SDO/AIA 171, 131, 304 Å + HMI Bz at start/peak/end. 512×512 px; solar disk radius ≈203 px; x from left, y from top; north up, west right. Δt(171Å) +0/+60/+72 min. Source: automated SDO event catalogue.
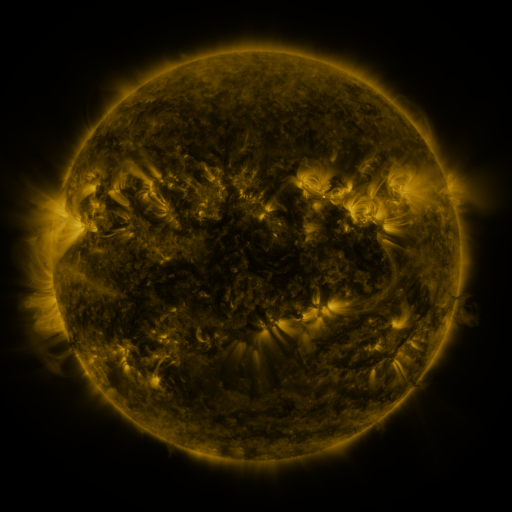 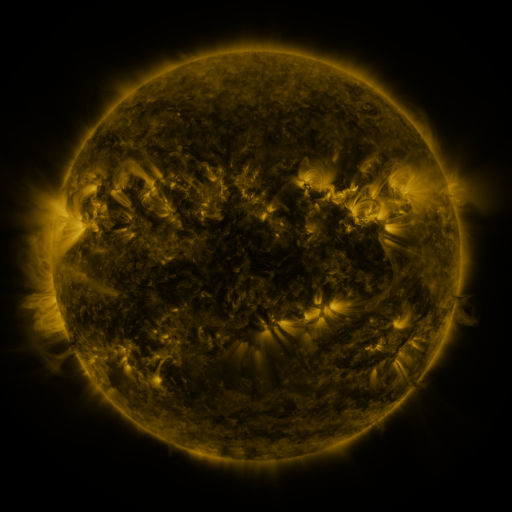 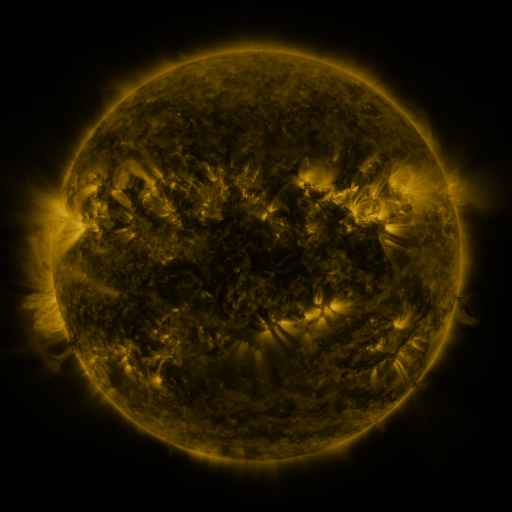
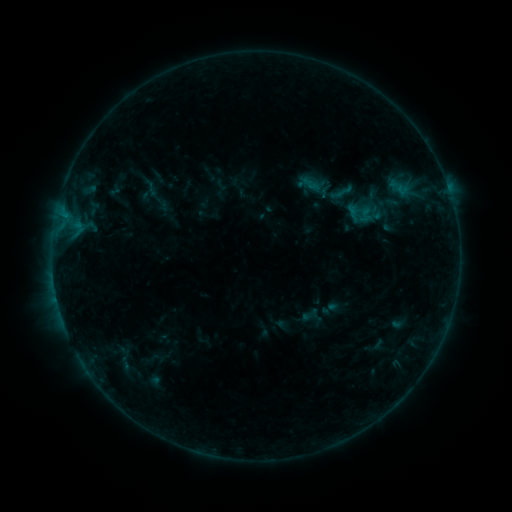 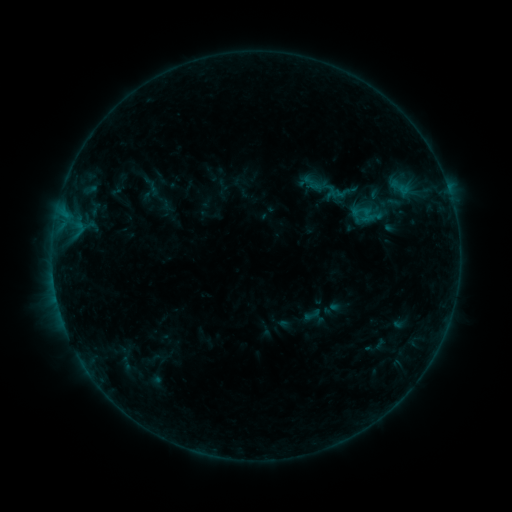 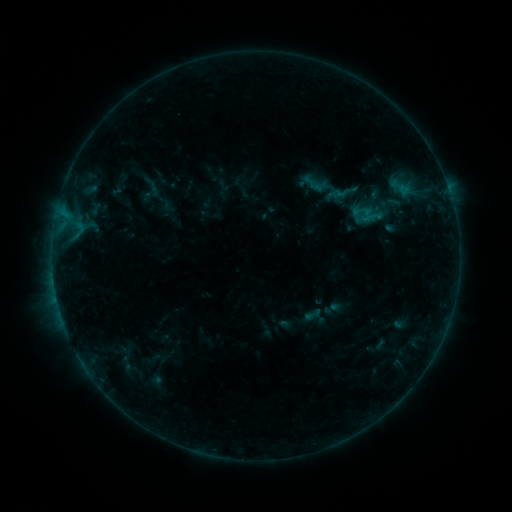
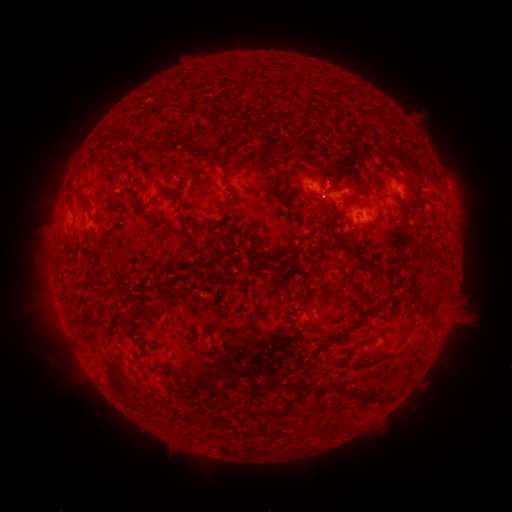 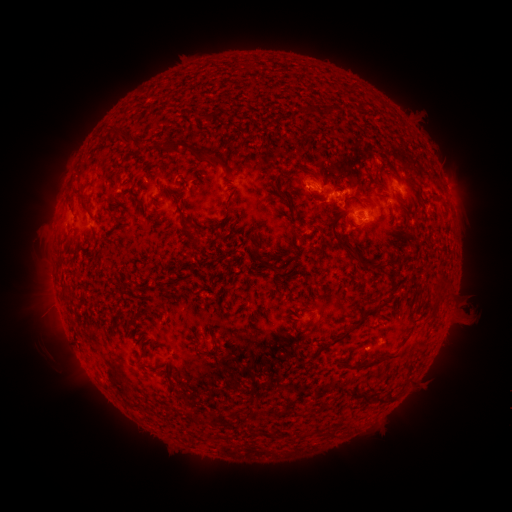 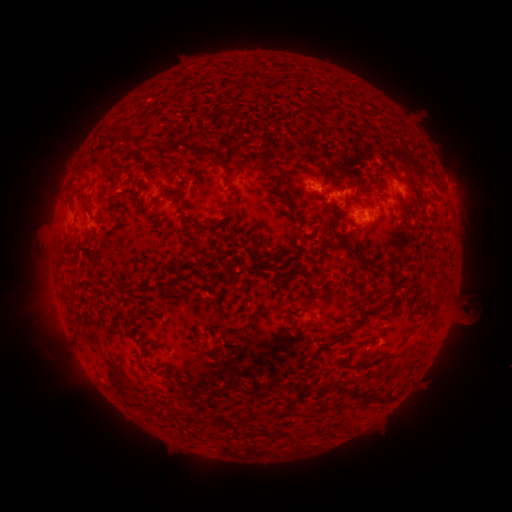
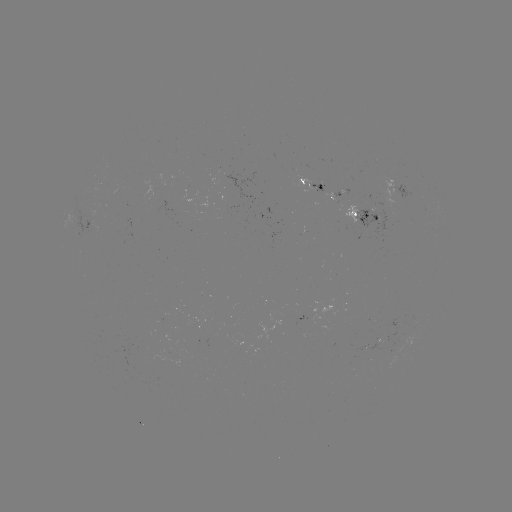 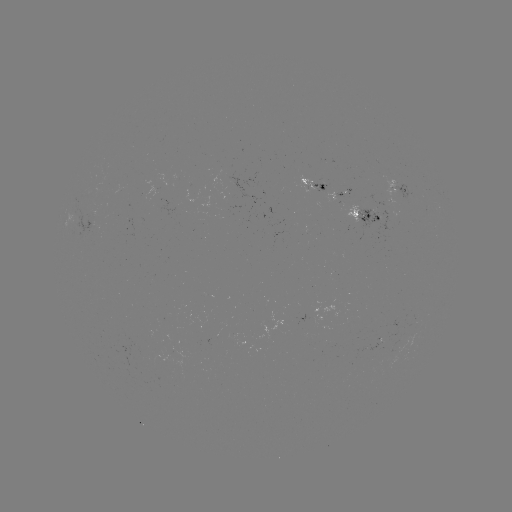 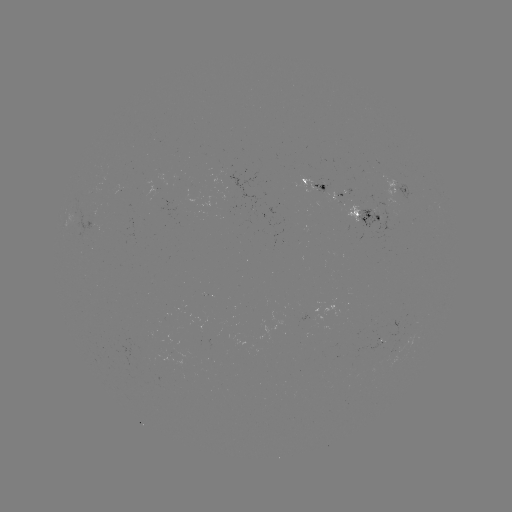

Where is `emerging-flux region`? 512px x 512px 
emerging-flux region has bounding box [80, 214, 95, 239].